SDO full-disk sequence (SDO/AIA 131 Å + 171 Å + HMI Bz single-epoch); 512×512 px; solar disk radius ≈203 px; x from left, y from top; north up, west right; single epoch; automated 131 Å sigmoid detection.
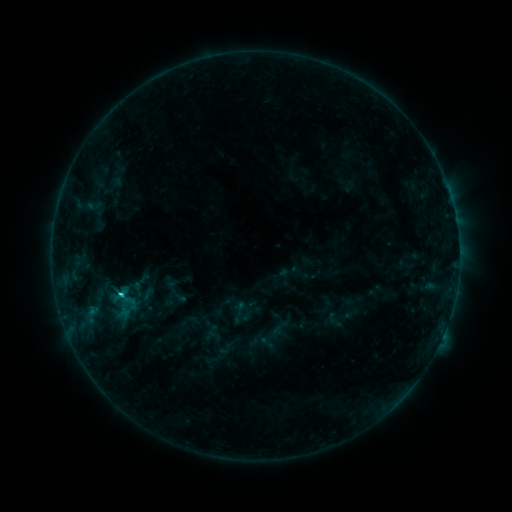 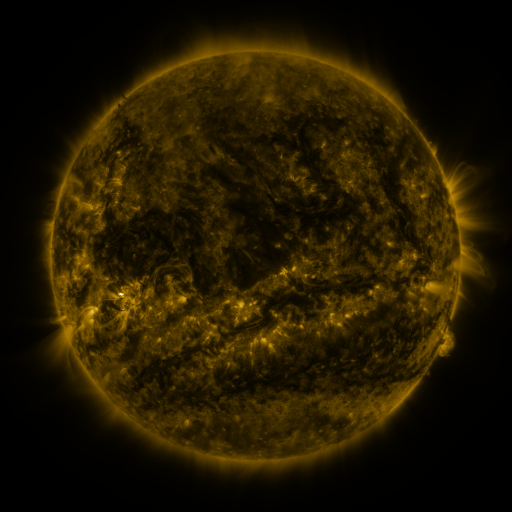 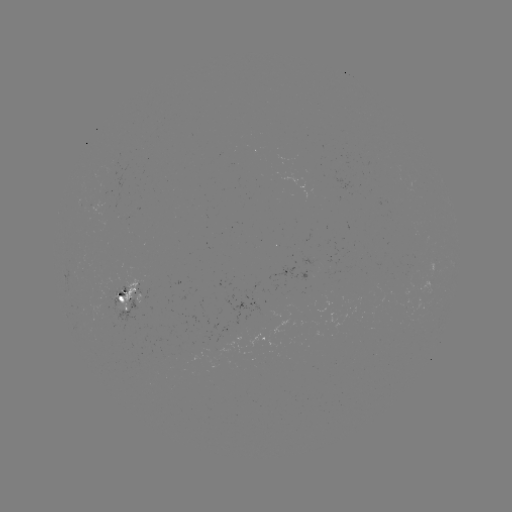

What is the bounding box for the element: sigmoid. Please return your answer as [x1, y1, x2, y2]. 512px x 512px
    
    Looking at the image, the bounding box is [99, 278, 132, 303].